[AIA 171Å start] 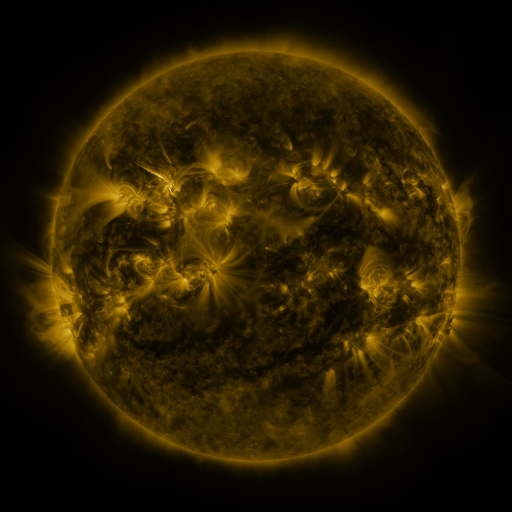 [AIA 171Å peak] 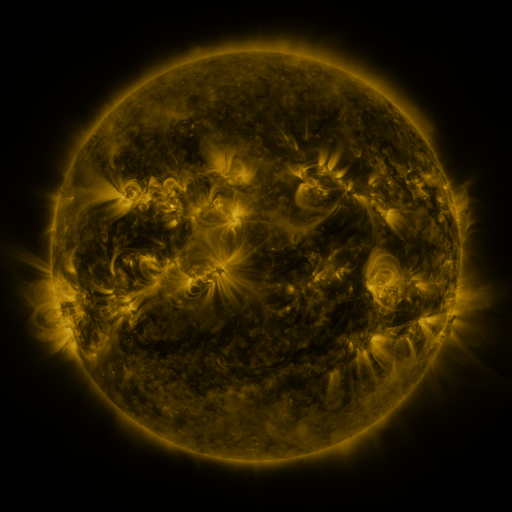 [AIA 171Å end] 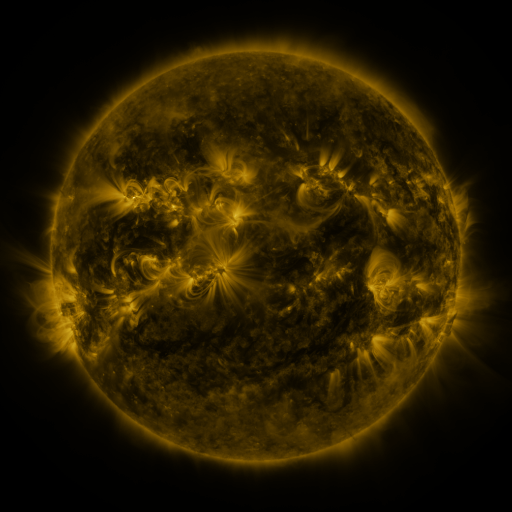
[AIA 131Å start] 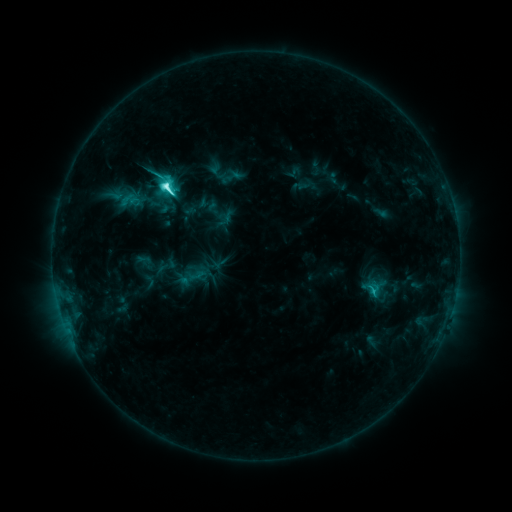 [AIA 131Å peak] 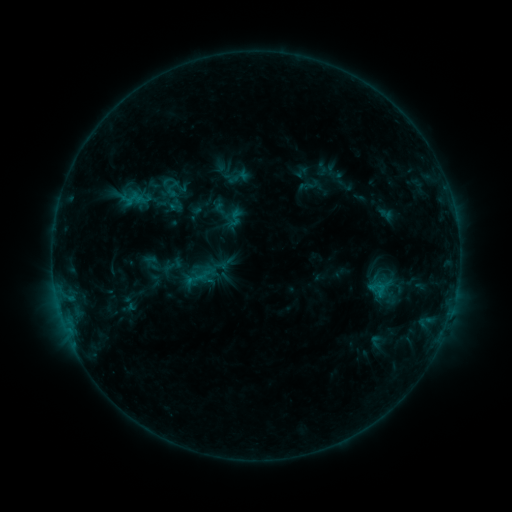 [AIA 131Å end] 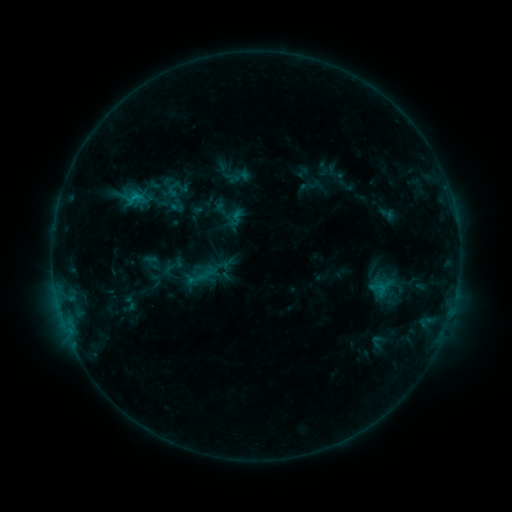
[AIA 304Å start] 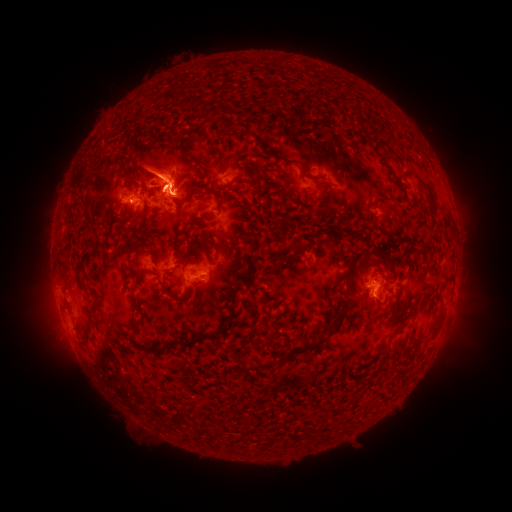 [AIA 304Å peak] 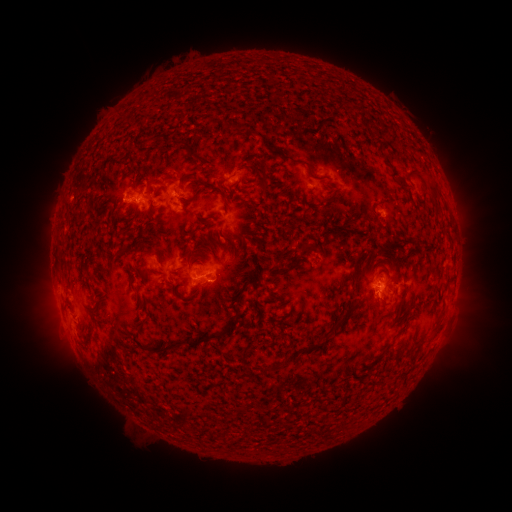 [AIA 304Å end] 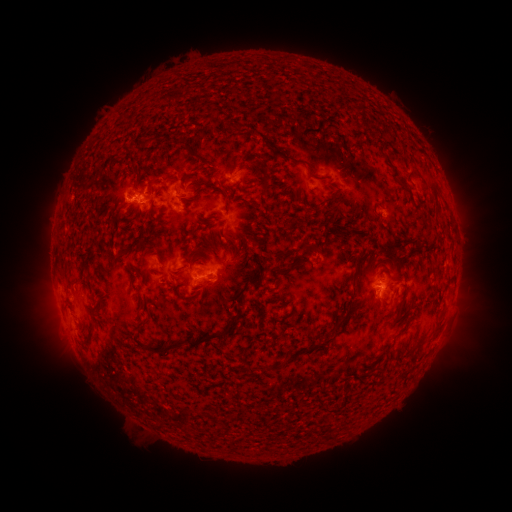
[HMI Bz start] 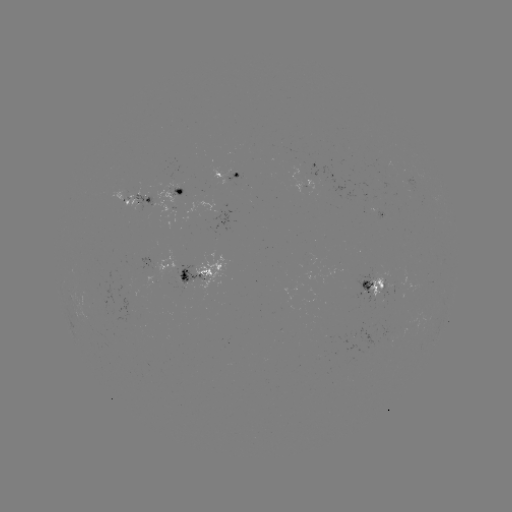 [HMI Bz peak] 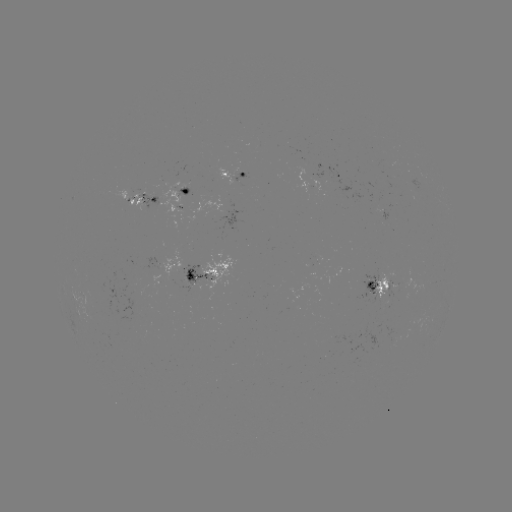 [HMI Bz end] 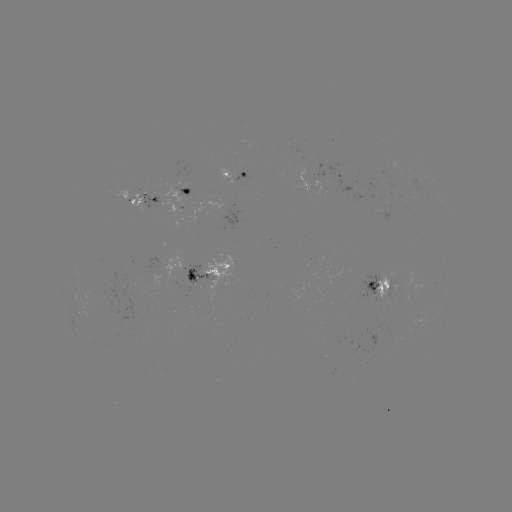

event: emerging-flux region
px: (380, 293)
